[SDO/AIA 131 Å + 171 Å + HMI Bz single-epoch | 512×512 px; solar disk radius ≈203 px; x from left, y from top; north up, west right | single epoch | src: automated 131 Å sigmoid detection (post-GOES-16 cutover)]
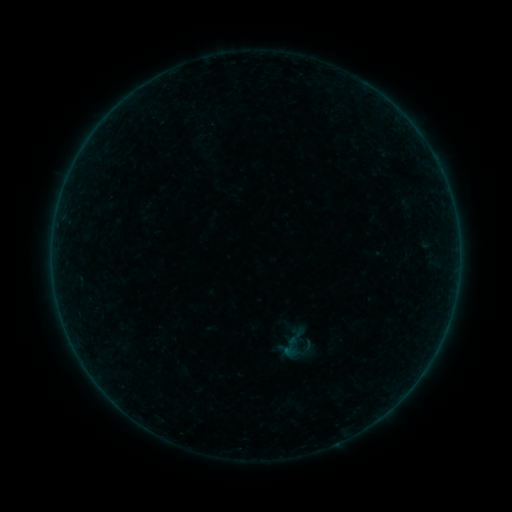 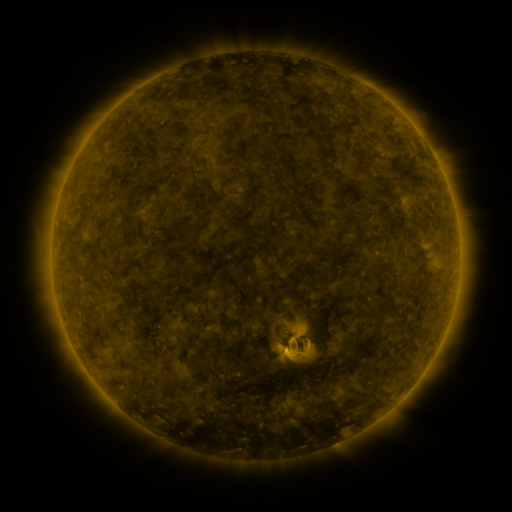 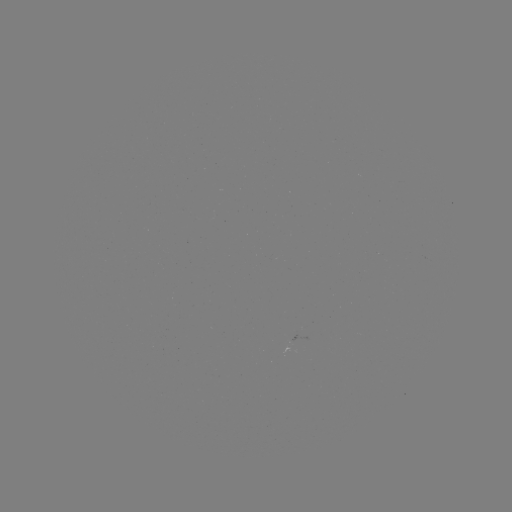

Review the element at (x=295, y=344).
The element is sigmoid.